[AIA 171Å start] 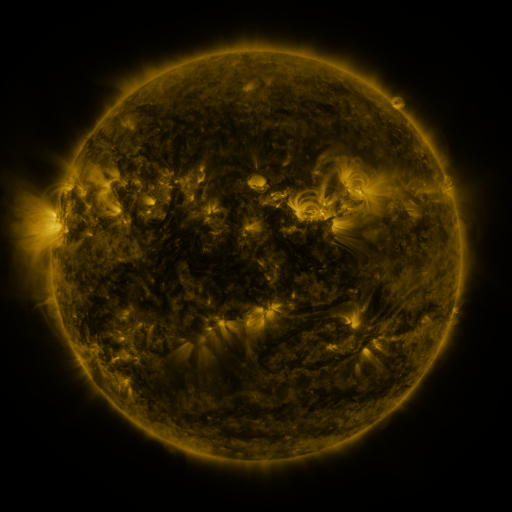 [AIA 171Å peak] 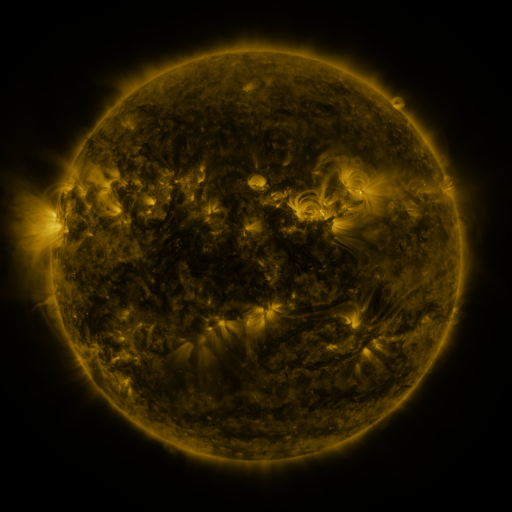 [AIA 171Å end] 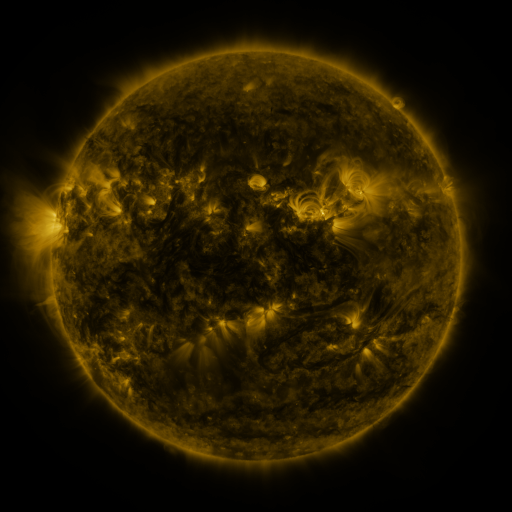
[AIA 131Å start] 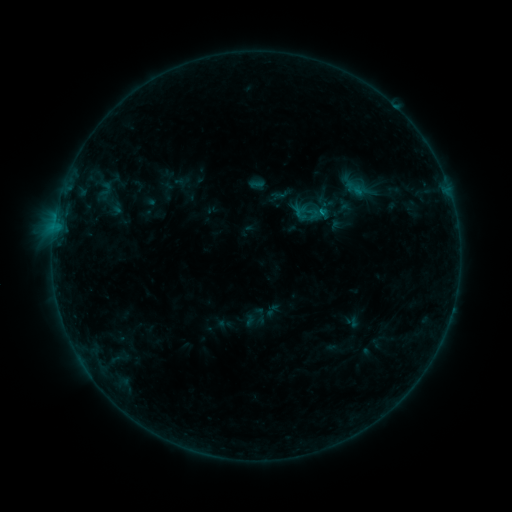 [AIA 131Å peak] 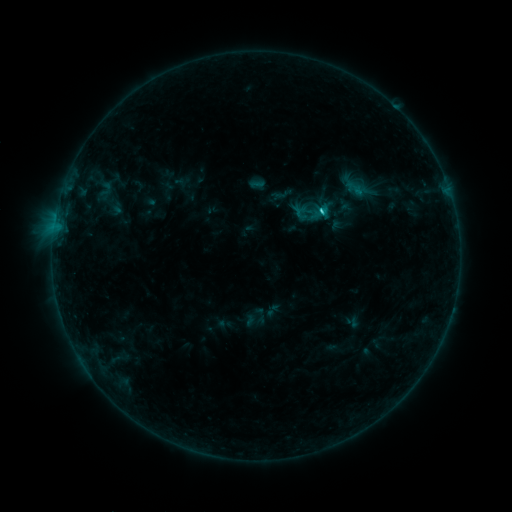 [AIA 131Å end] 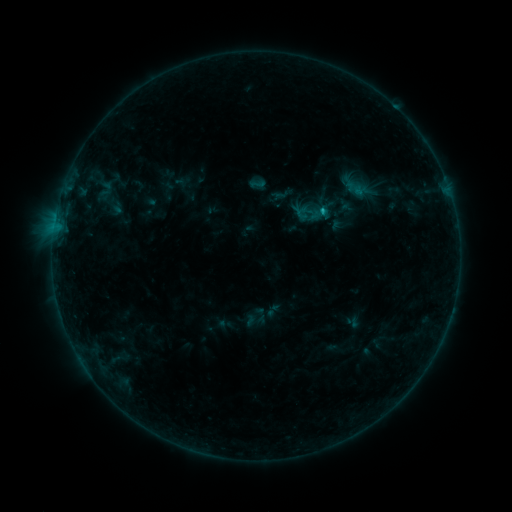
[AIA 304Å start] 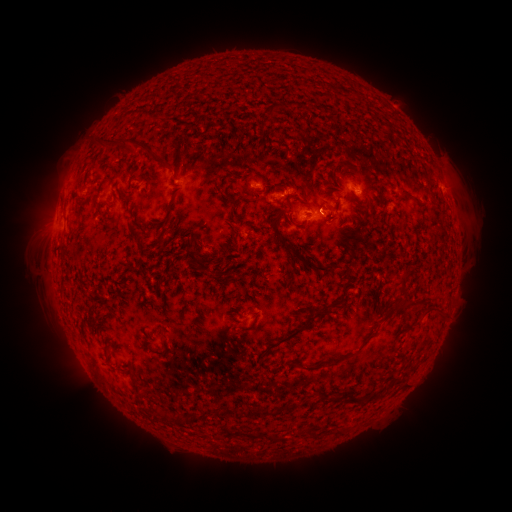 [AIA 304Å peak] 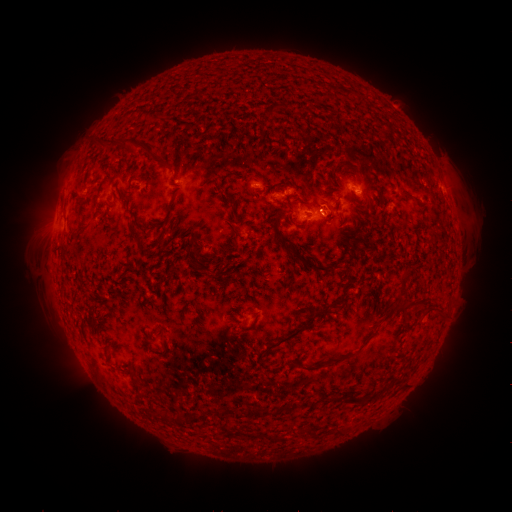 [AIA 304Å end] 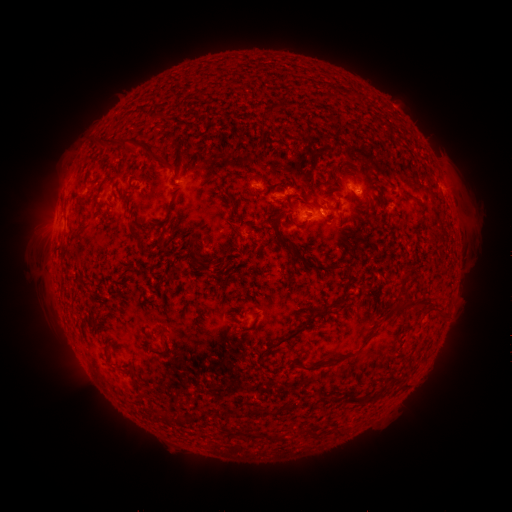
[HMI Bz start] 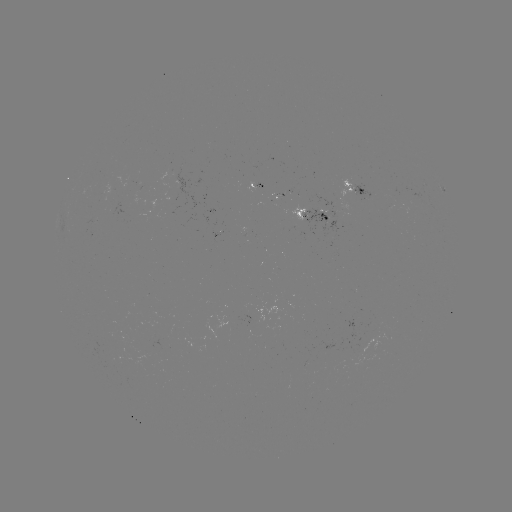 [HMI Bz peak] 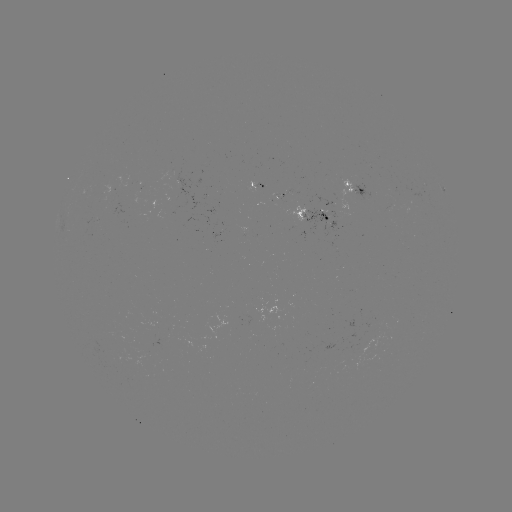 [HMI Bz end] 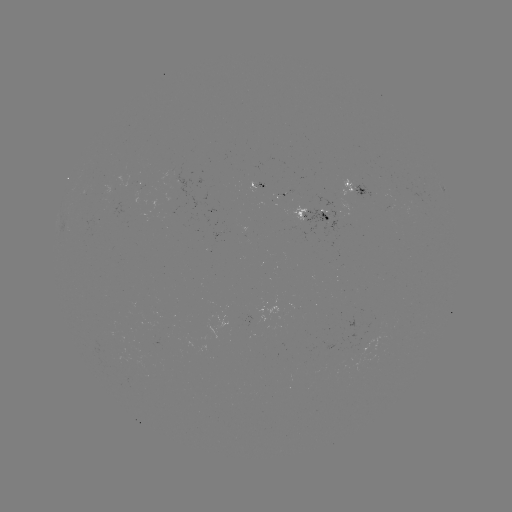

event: flare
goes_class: B9.5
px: (321, 214)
